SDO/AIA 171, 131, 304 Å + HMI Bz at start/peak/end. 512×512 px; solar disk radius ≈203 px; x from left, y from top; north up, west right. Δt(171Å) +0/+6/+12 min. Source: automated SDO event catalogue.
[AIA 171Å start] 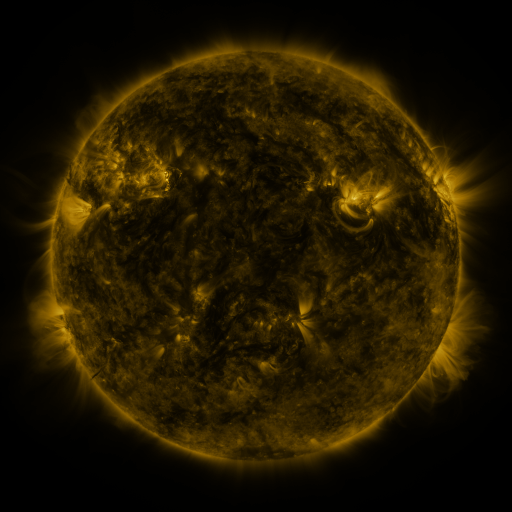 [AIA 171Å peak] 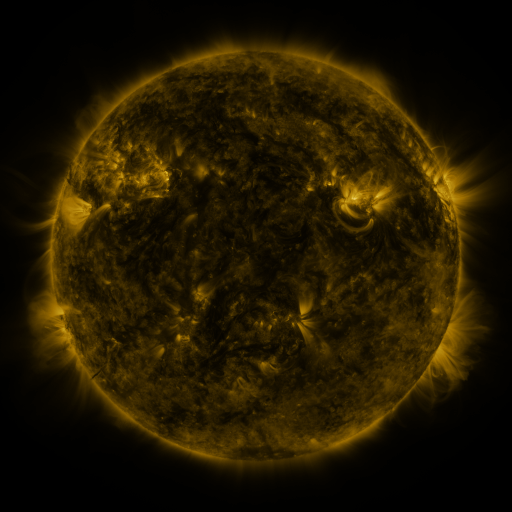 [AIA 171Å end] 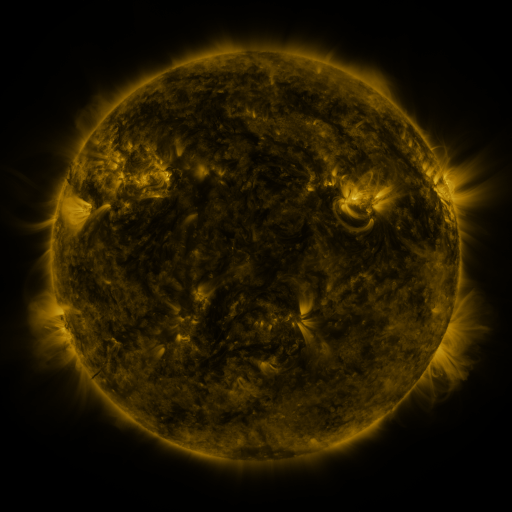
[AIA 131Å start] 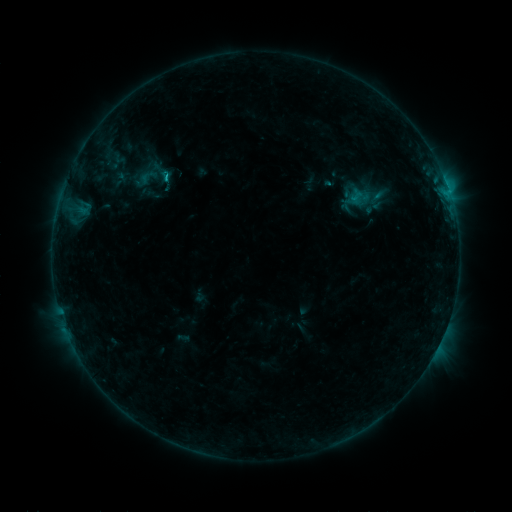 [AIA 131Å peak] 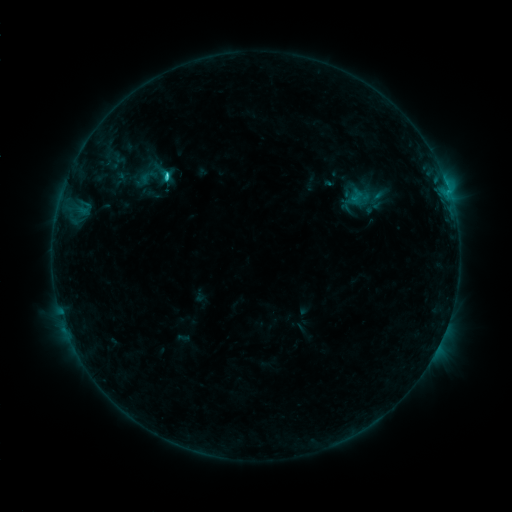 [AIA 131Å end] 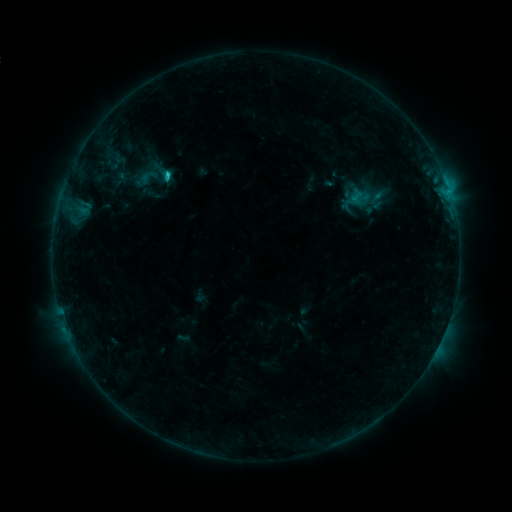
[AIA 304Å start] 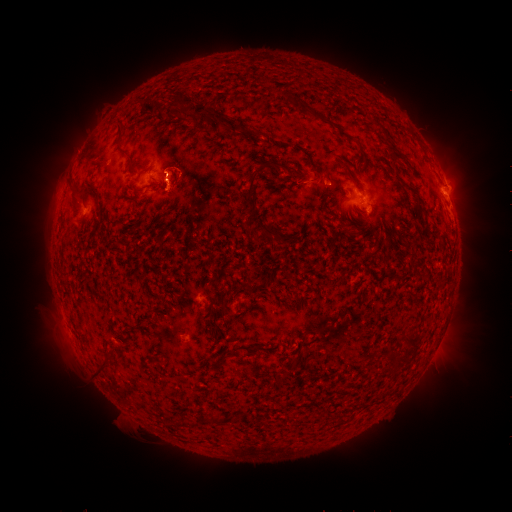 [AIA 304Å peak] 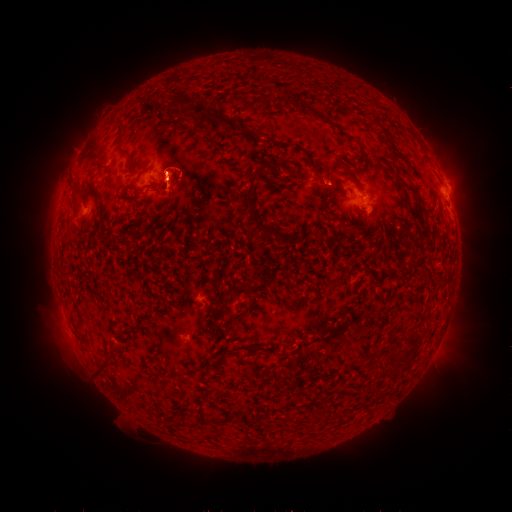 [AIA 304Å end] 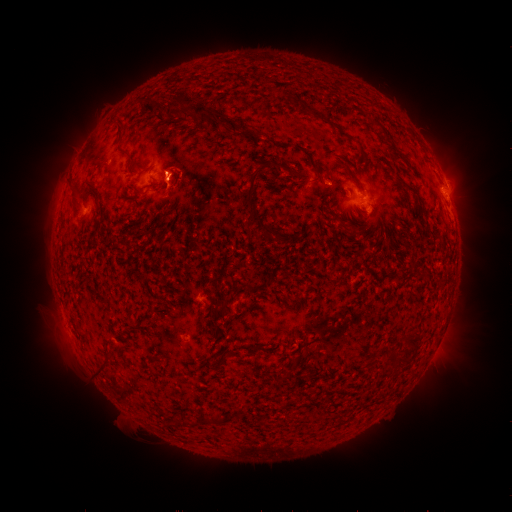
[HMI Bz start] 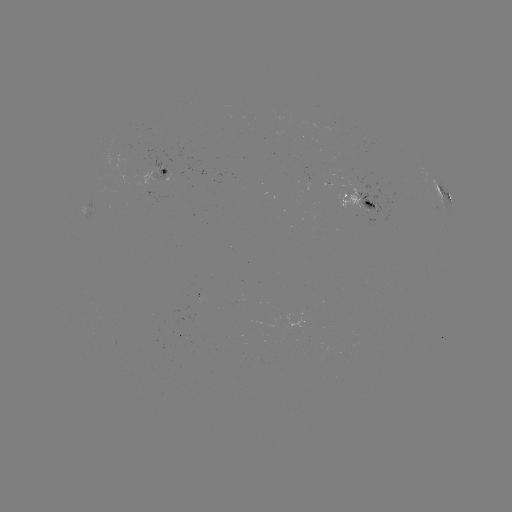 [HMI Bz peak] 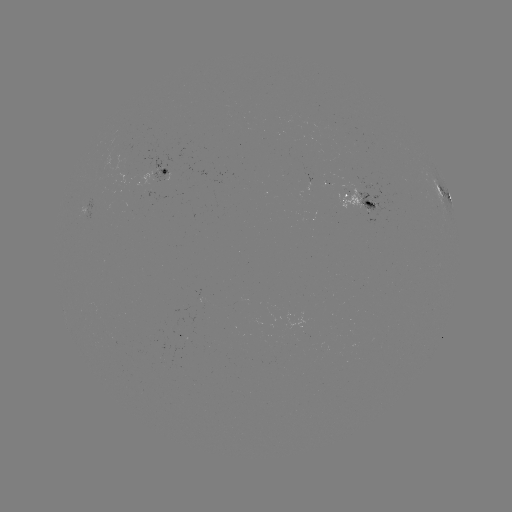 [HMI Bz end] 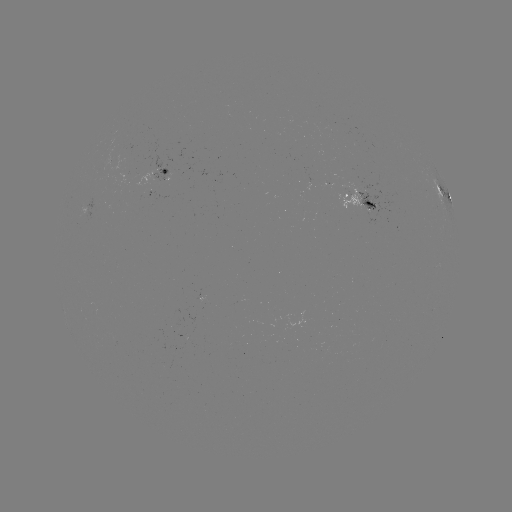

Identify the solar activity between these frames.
C1.6 flare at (168, 177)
